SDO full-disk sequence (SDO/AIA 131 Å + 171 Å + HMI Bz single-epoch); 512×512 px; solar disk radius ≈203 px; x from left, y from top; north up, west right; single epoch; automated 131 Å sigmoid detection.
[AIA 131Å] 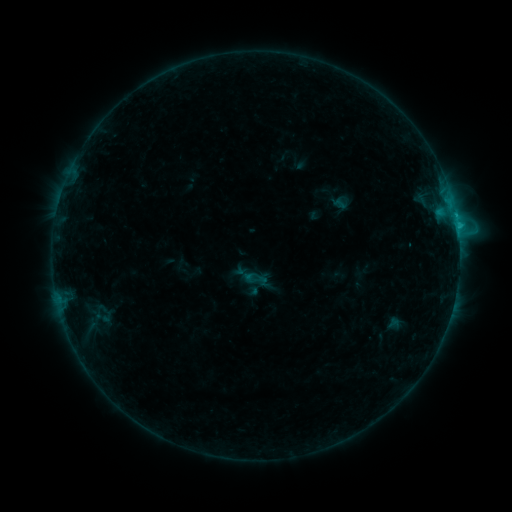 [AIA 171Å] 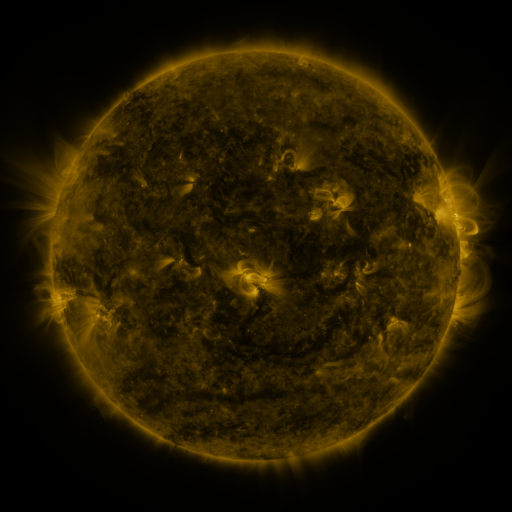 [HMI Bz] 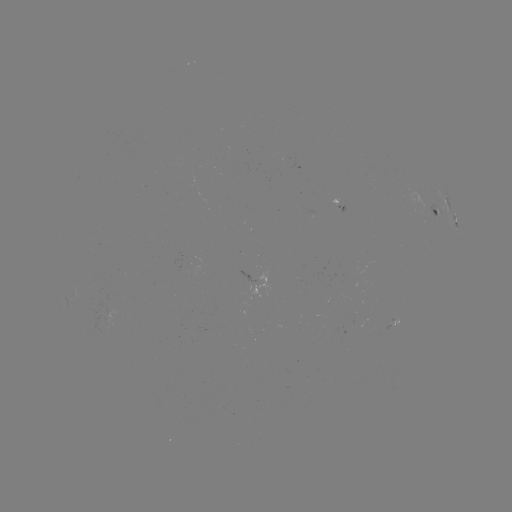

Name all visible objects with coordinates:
sigmoid: (256, 279)
